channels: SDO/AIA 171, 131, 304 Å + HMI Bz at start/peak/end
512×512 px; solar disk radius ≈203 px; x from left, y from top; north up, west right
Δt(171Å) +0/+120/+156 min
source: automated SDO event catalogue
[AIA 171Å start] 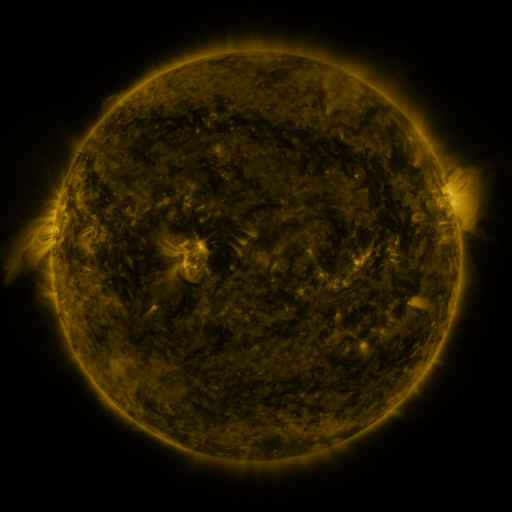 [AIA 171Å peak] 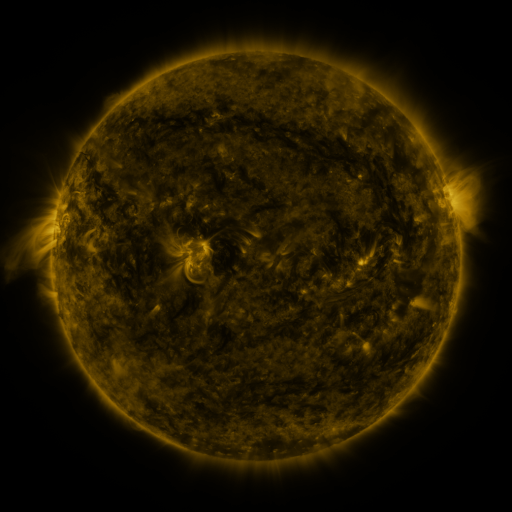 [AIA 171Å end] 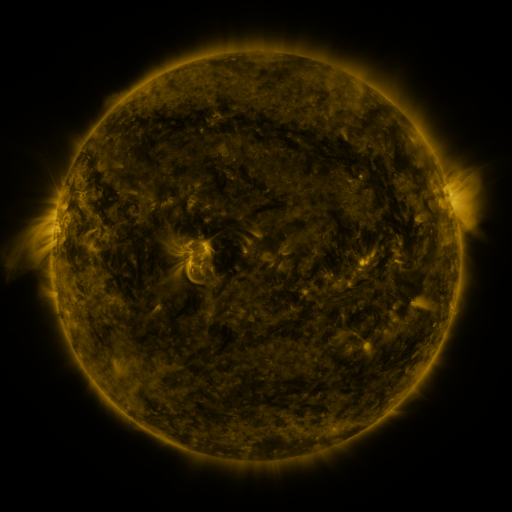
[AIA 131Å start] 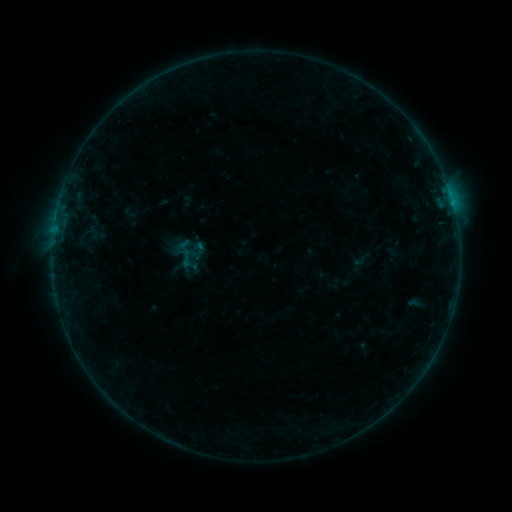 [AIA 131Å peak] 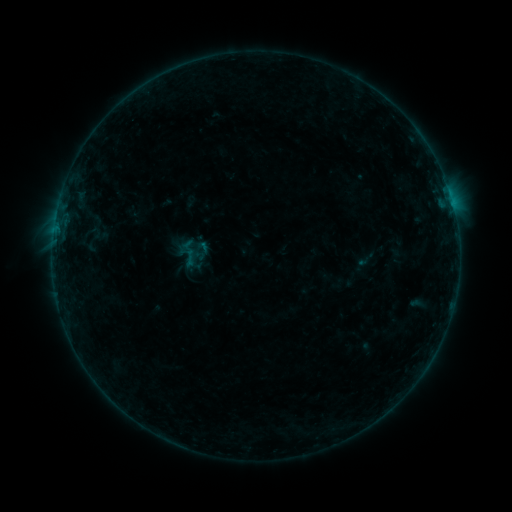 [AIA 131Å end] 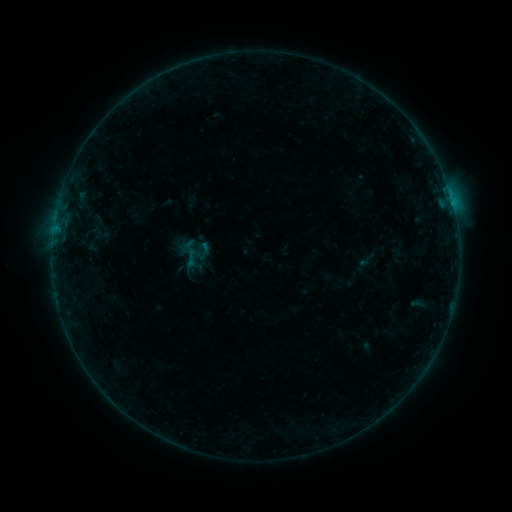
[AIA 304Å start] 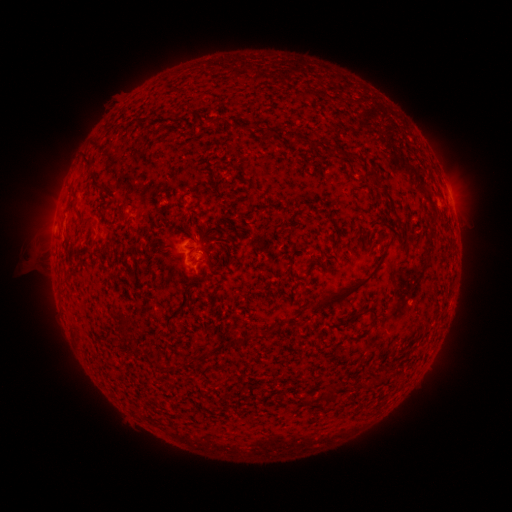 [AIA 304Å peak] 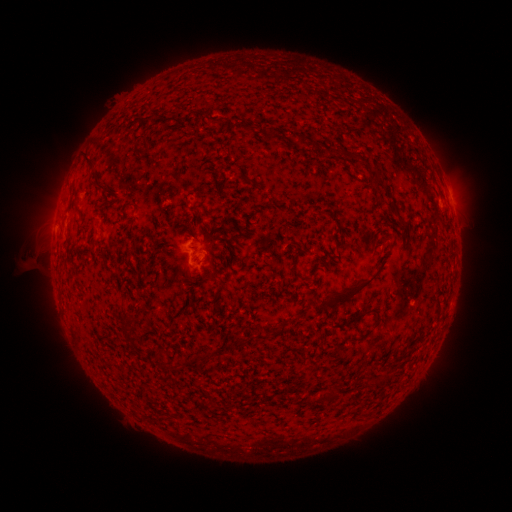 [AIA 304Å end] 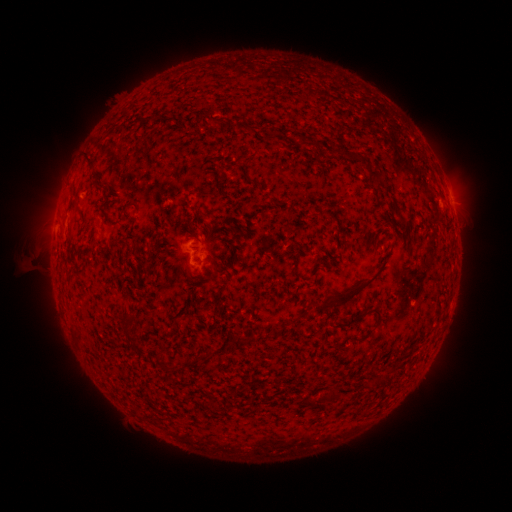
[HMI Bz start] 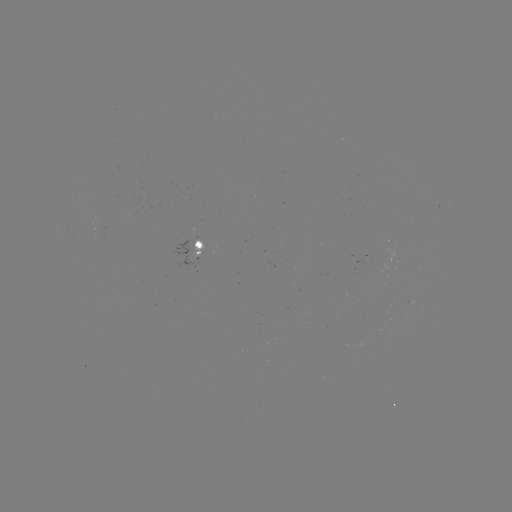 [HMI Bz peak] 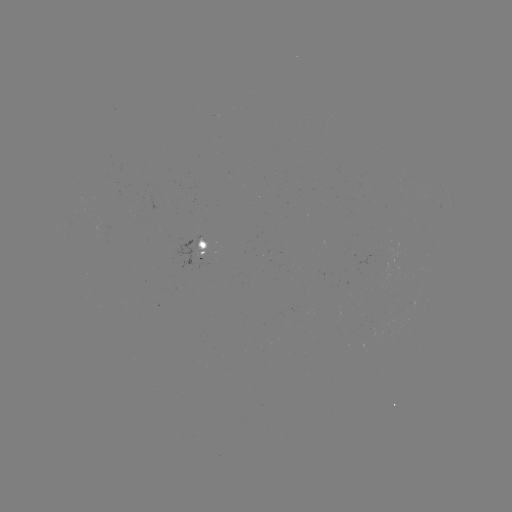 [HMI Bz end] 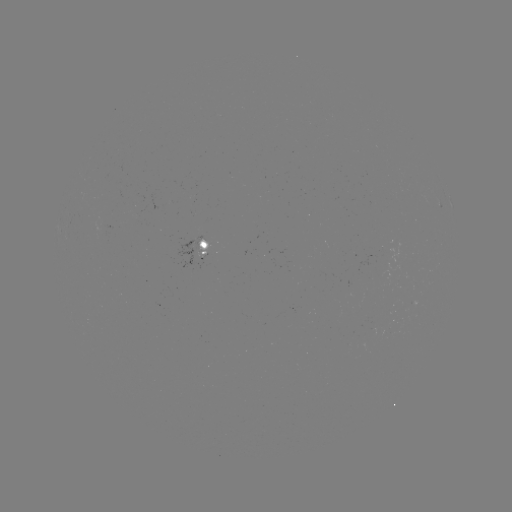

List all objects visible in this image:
emerging-flux region: (199, 245)
